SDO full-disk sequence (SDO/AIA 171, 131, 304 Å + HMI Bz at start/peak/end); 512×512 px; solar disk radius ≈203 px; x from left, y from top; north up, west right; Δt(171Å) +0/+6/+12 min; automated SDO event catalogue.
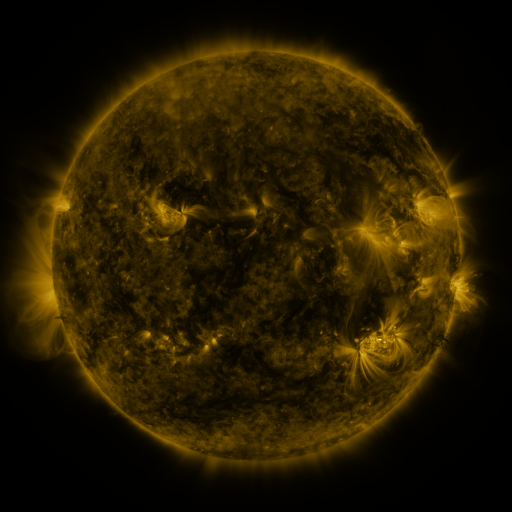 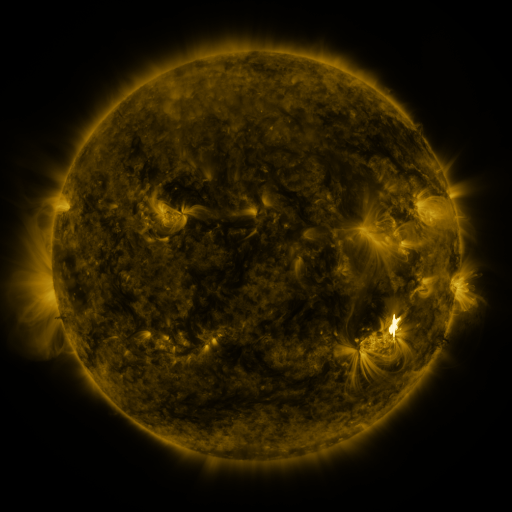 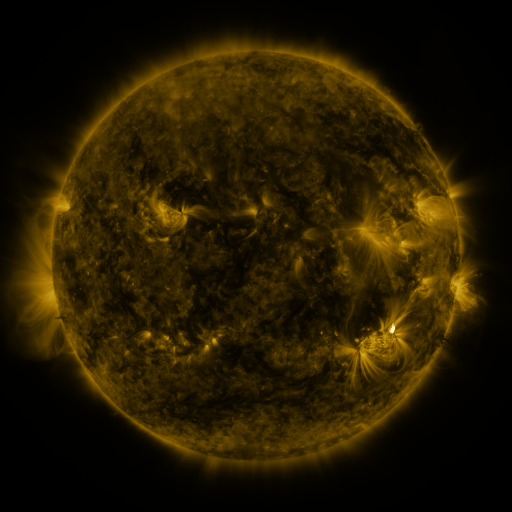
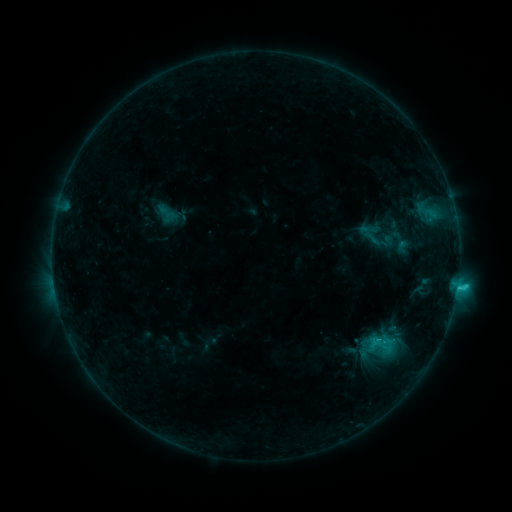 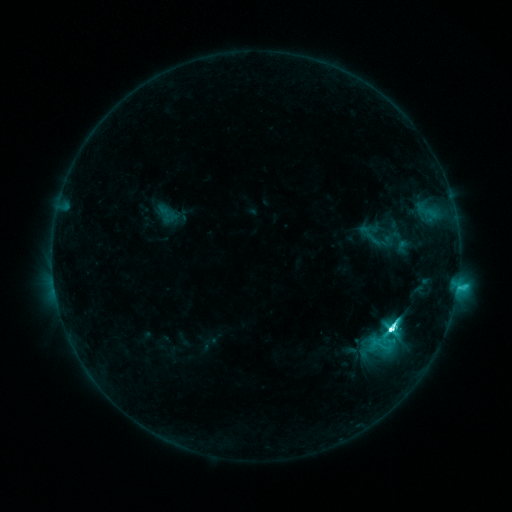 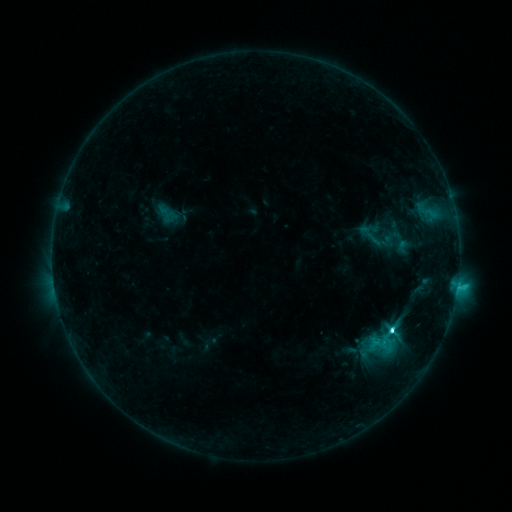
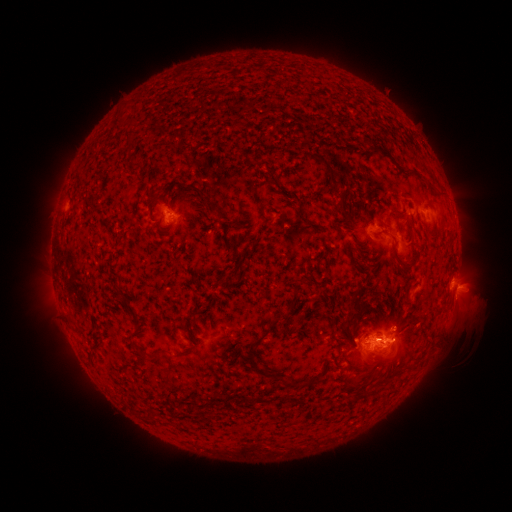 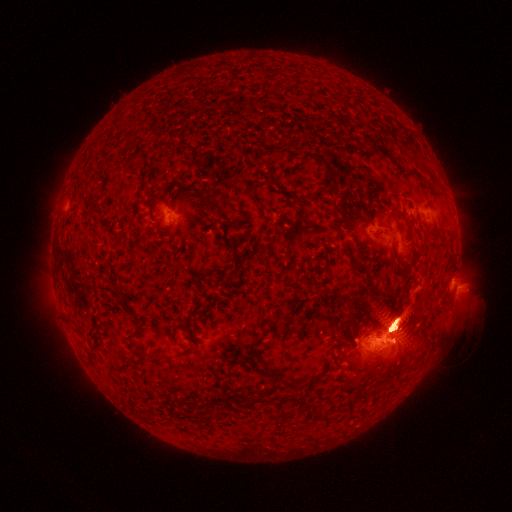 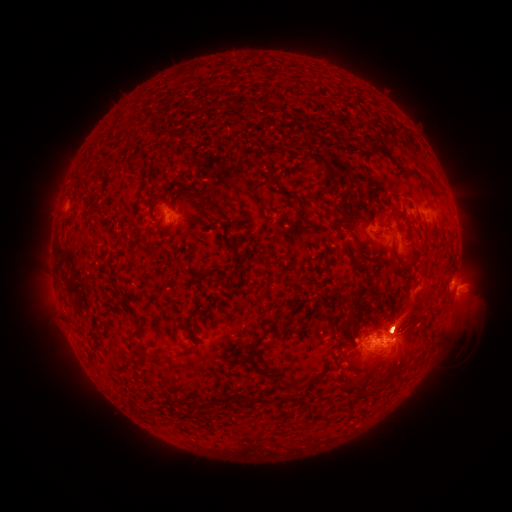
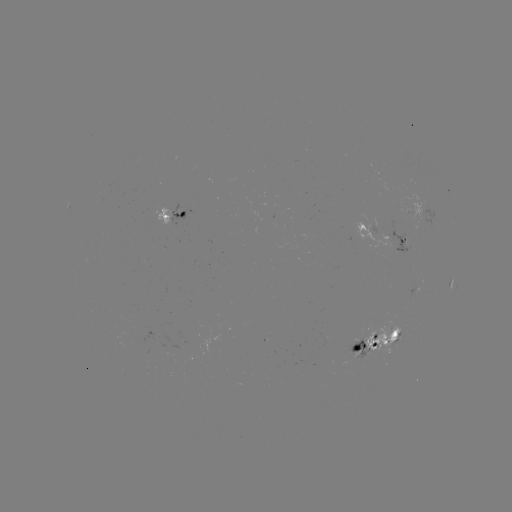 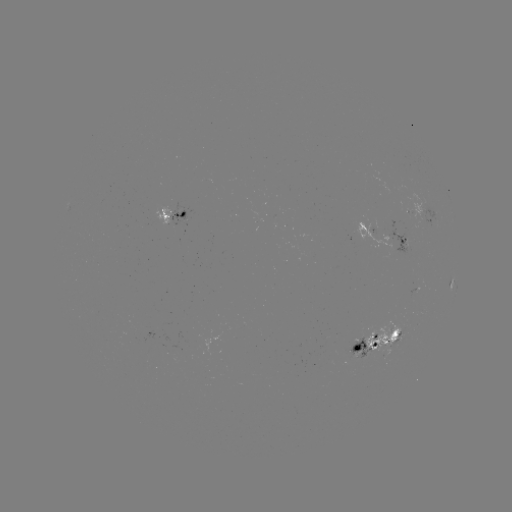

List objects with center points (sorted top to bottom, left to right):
eruption: (397, 320)
